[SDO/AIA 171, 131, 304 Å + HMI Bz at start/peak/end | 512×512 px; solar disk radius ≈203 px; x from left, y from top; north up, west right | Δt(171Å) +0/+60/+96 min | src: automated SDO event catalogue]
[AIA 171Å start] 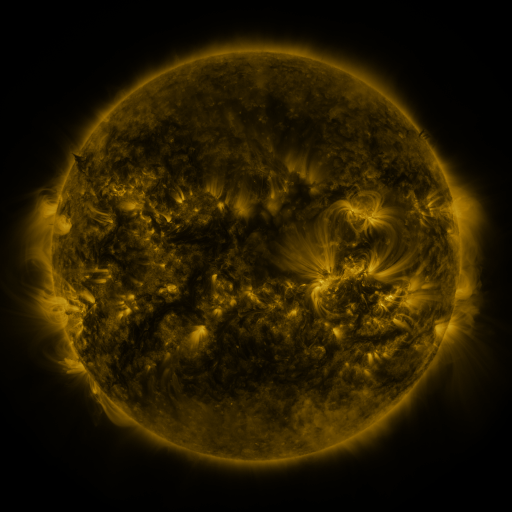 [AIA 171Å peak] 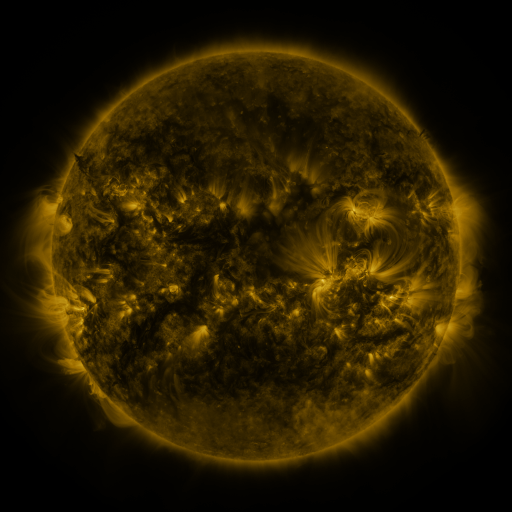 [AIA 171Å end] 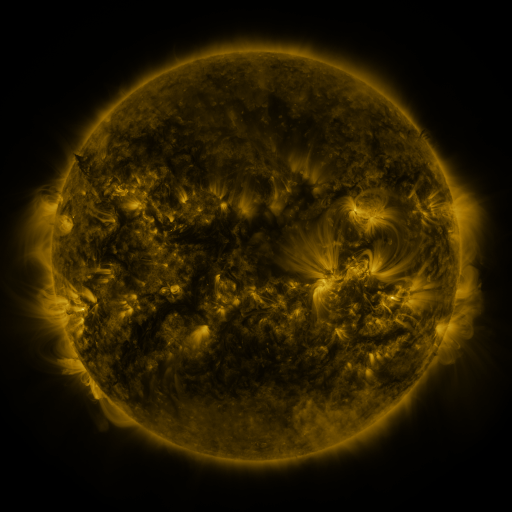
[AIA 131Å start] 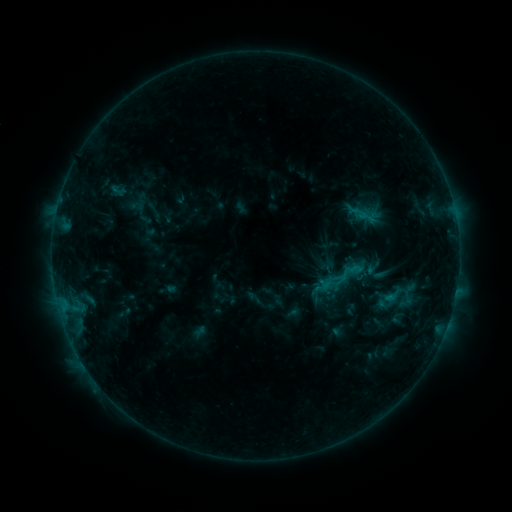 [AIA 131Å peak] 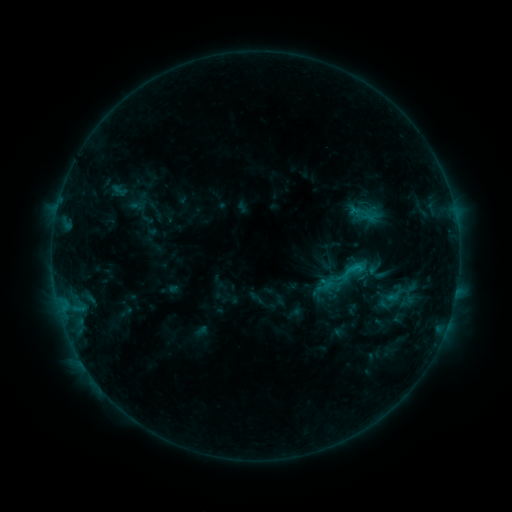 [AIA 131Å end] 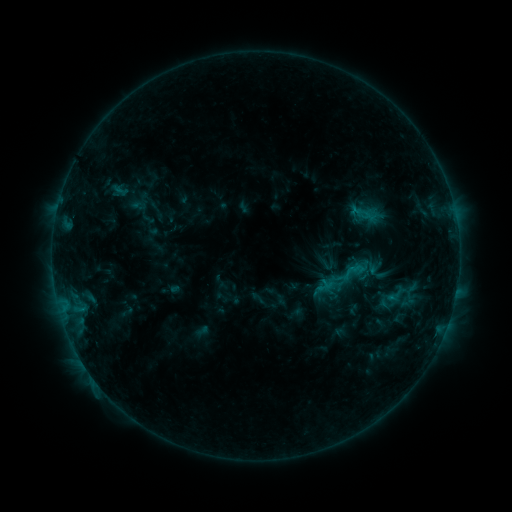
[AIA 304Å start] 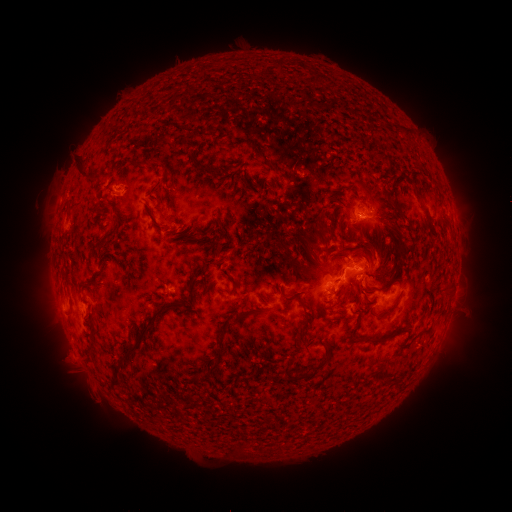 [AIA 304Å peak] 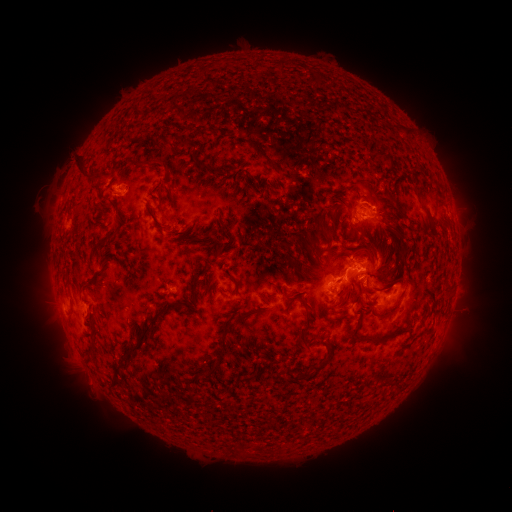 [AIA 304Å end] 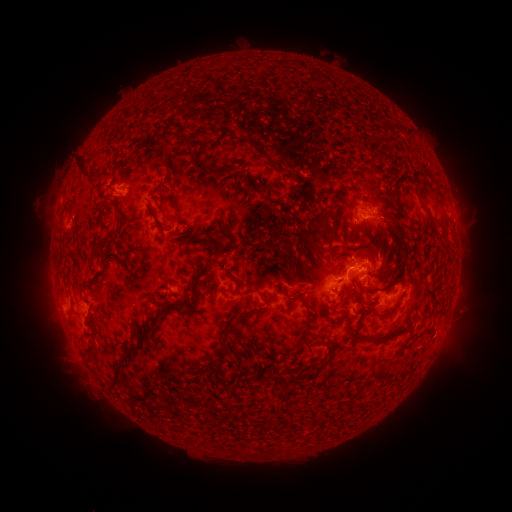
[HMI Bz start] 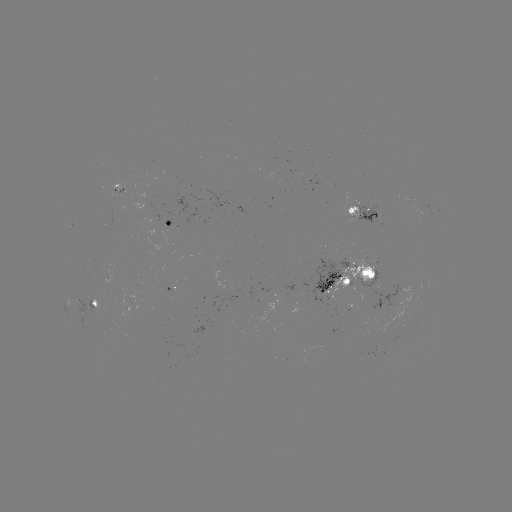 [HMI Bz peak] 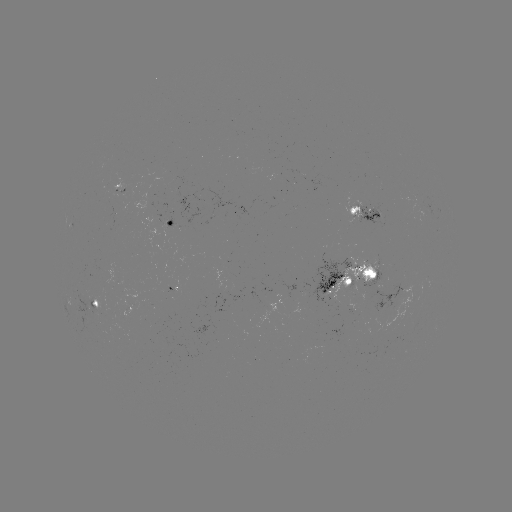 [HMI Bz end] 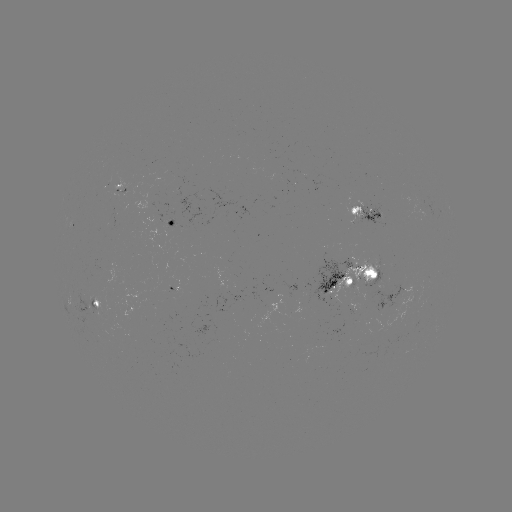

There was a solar emerging-flux region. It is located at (151, 210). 